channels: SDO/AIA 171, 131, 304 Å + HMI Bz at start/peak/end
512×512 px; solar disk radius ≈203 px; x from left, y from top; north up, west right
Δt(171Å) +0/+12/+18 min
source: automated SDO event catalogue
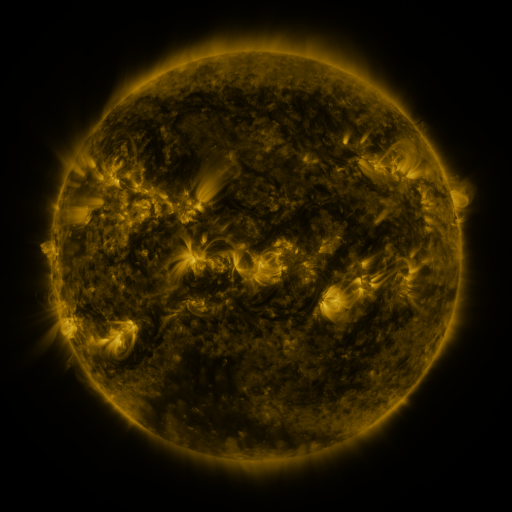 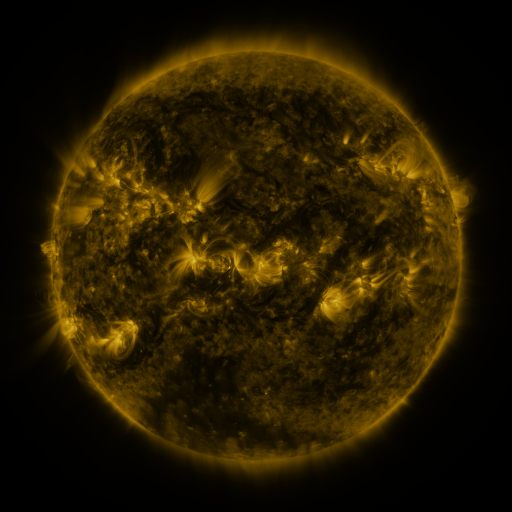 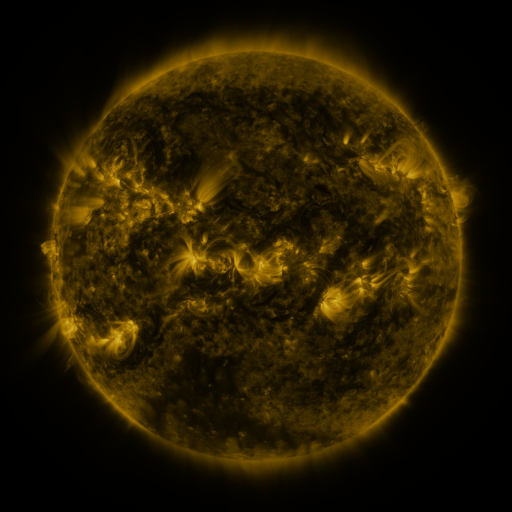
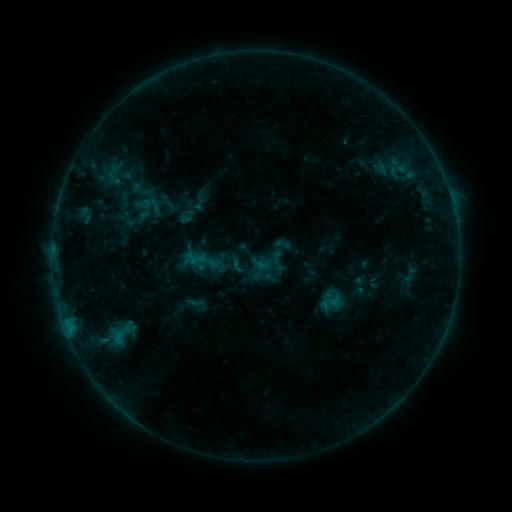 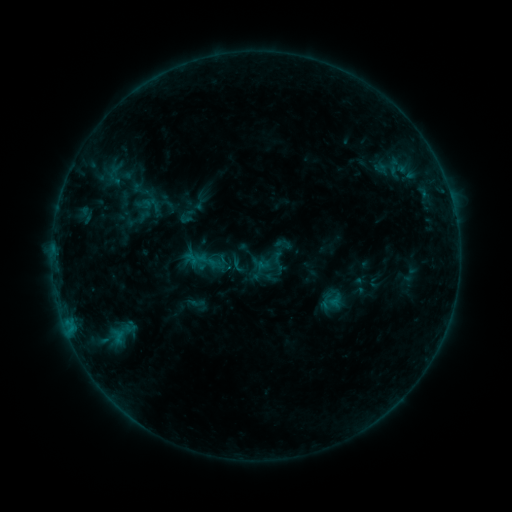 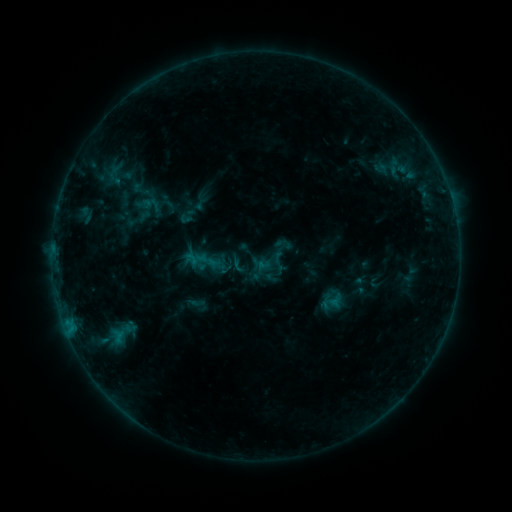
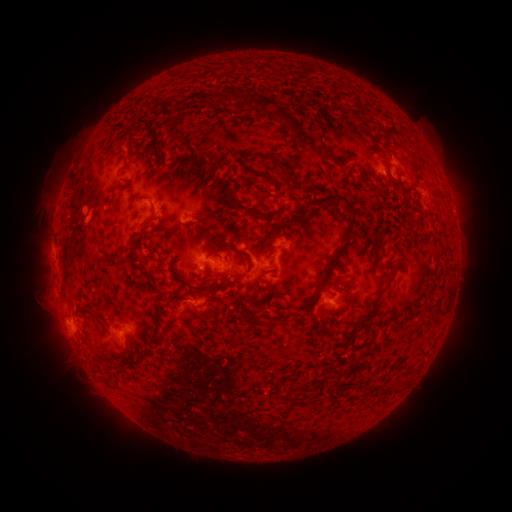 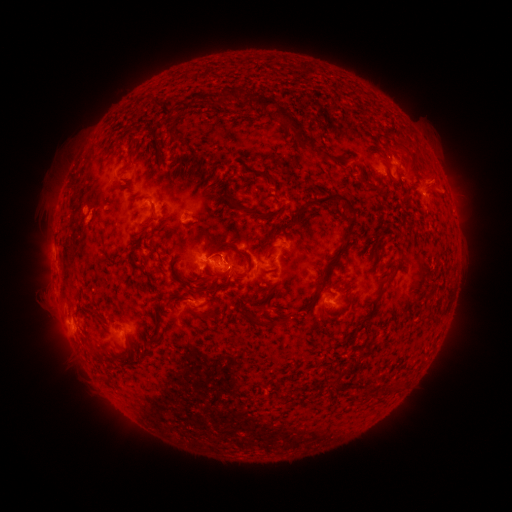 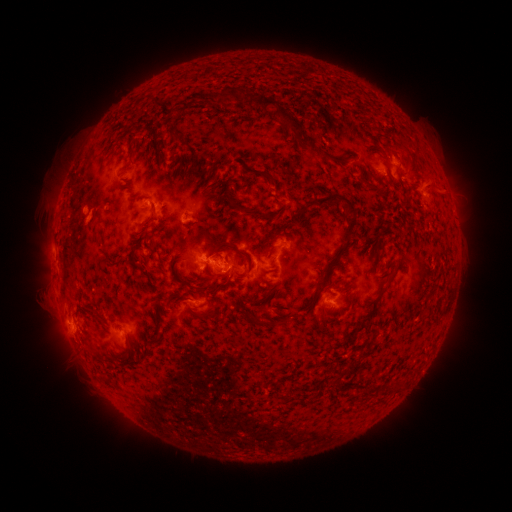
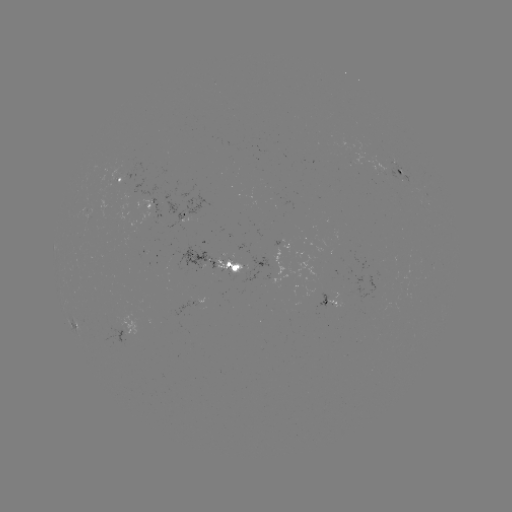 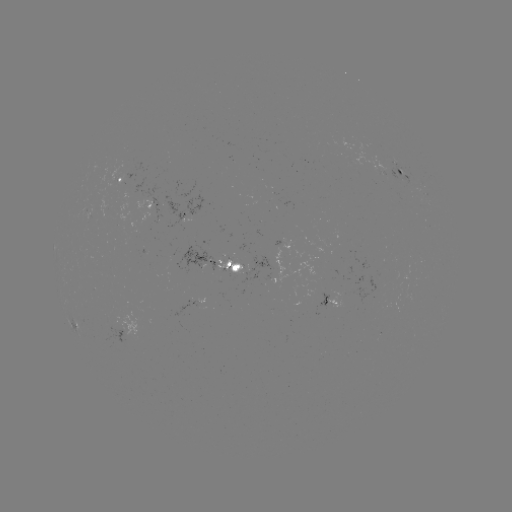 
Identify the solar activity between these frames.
B8.5 flare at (231, 267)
